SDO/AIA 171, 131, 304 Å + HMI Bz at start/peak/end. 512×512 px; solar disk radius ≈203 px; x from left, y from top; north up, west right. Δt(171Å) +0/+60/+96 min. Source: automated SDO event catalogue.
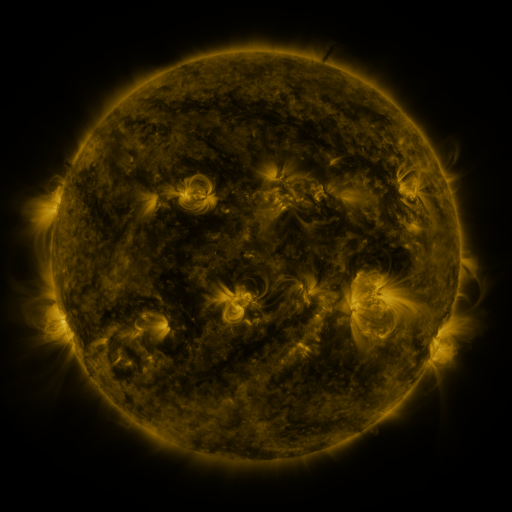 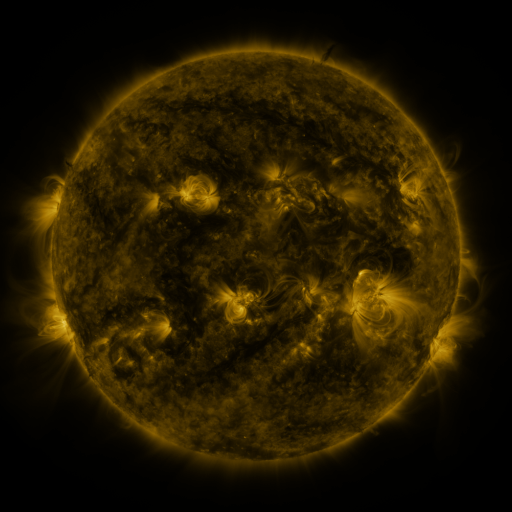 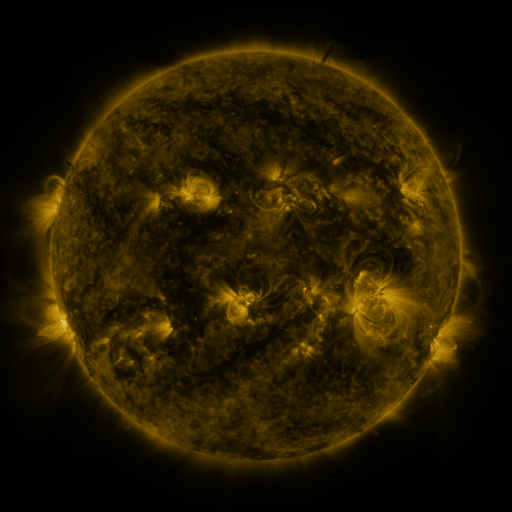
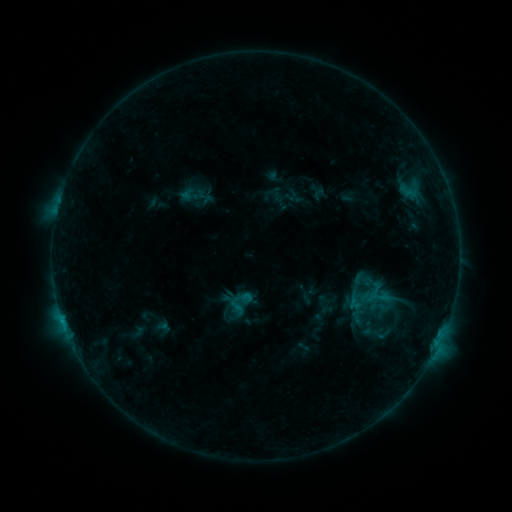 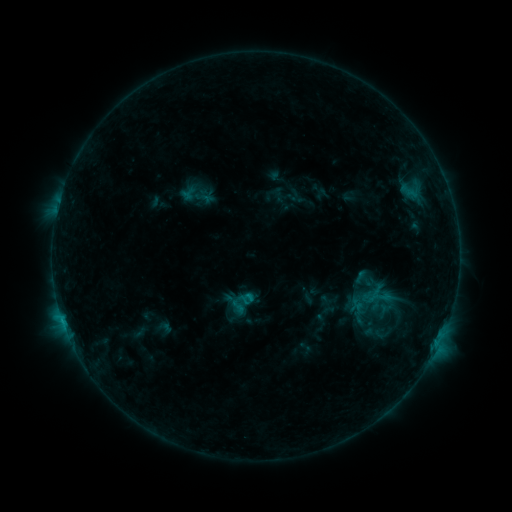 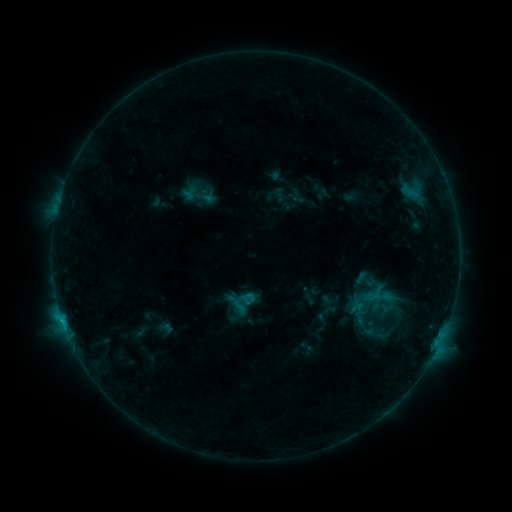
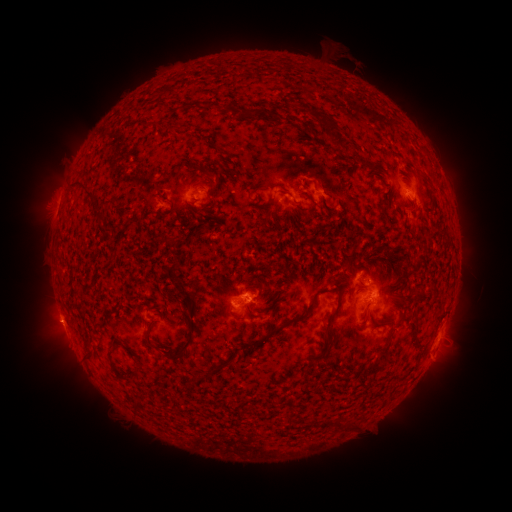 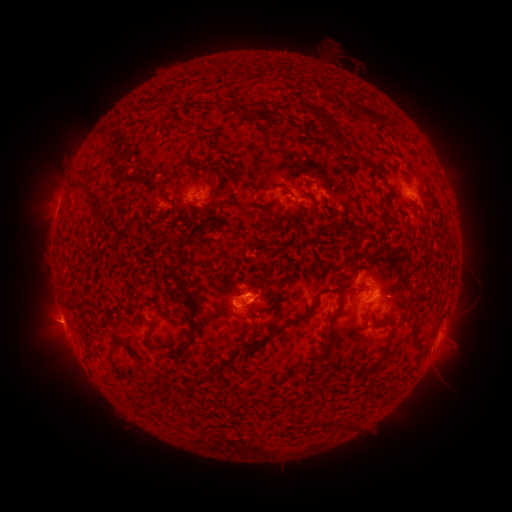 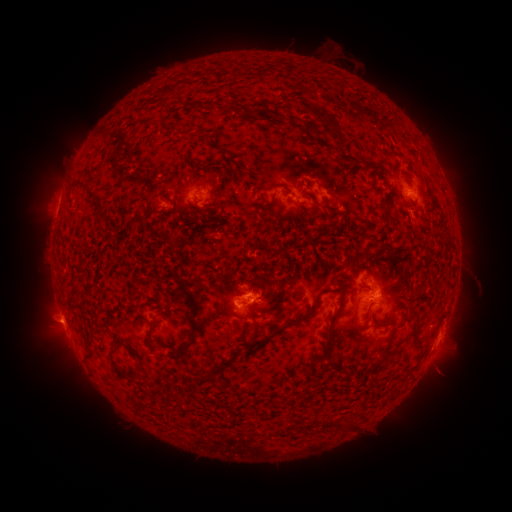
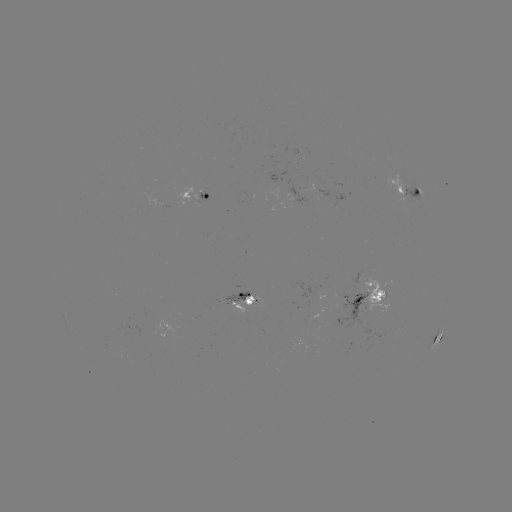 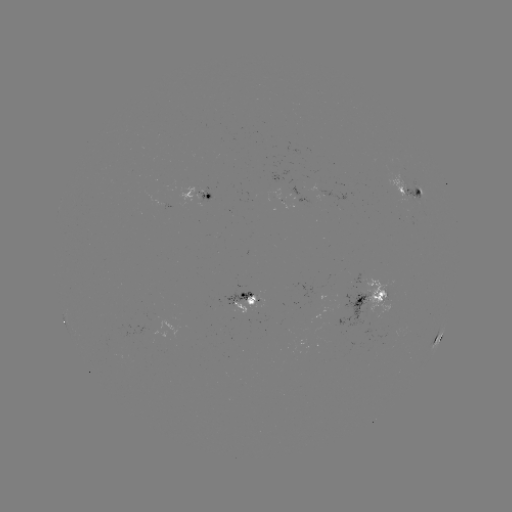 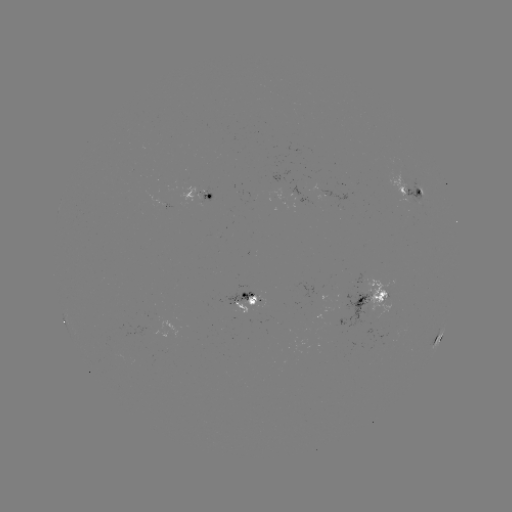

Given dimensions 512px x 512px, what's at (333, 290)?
emerging-flux region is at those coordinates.